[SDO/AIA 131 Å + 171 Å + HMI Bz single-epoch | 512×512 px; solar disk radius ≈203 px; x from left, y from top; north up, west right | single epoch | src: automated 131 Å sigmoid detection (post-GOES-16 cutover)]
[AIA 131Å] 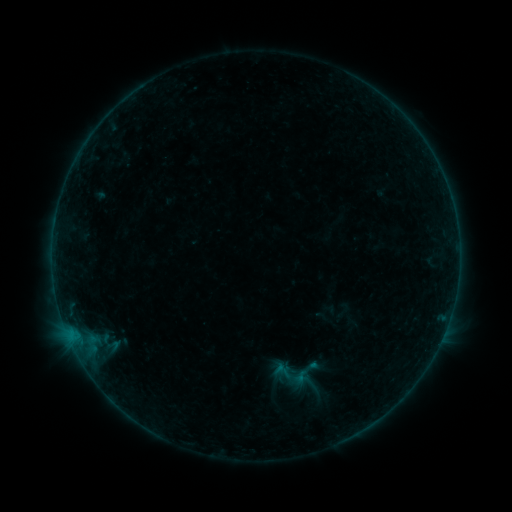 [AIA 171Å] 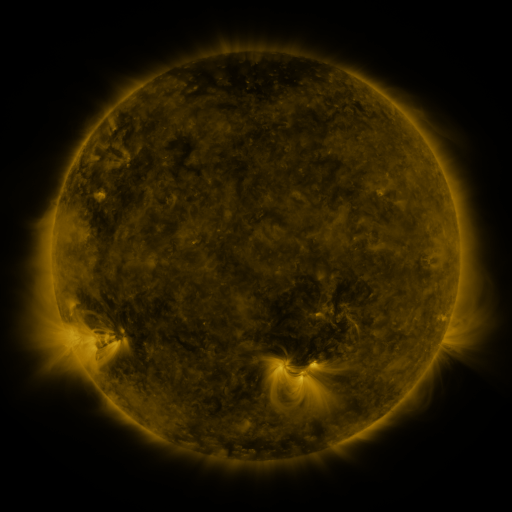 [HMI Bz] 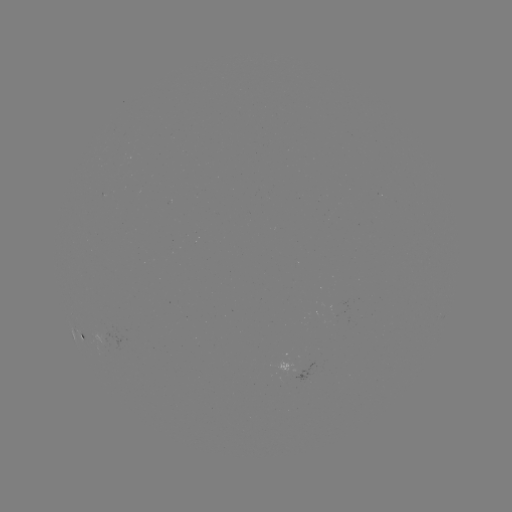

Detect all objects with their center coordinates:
sigmoid: (273, 362, 290, 378)
